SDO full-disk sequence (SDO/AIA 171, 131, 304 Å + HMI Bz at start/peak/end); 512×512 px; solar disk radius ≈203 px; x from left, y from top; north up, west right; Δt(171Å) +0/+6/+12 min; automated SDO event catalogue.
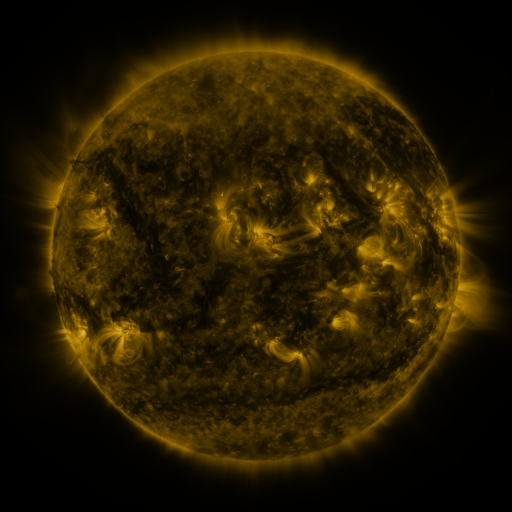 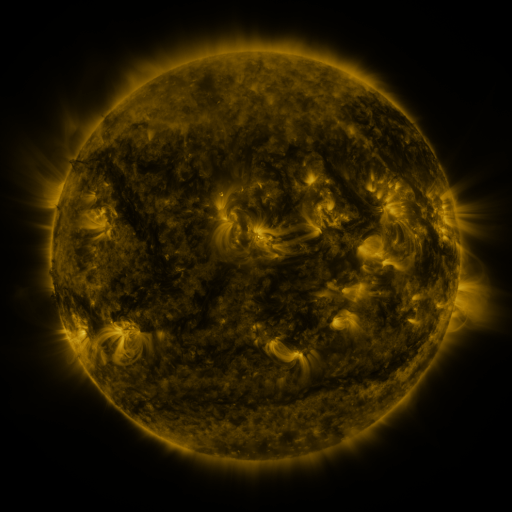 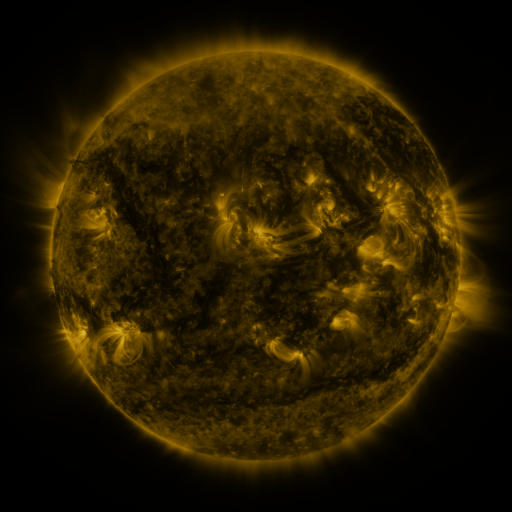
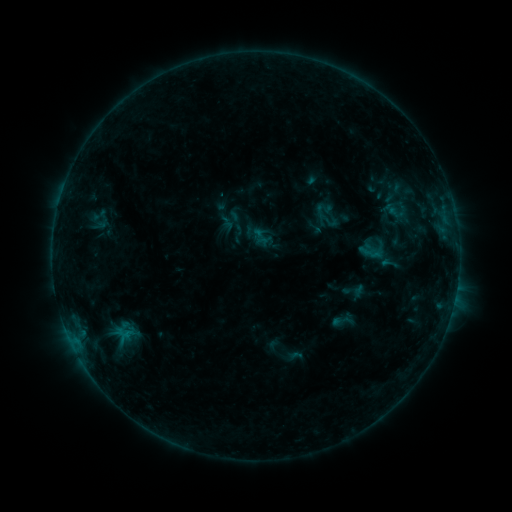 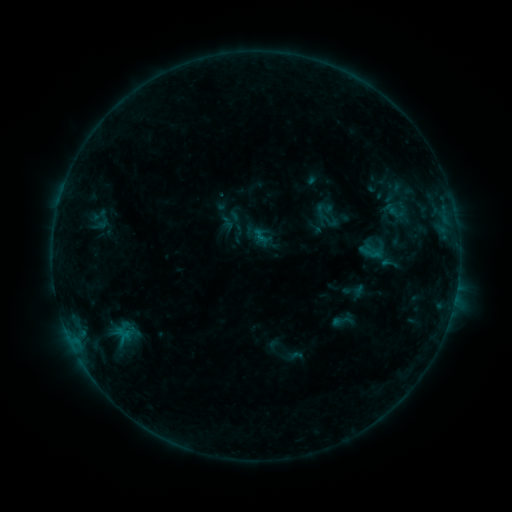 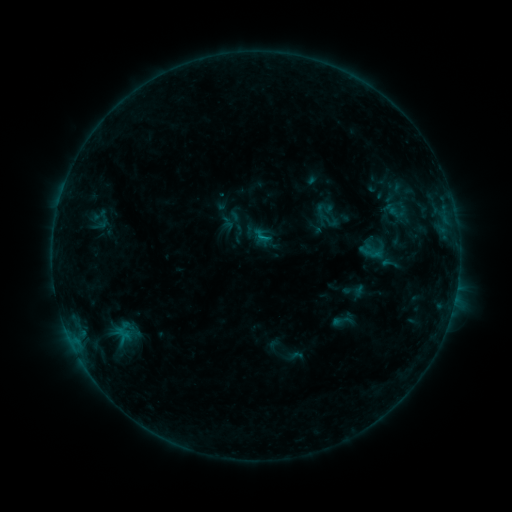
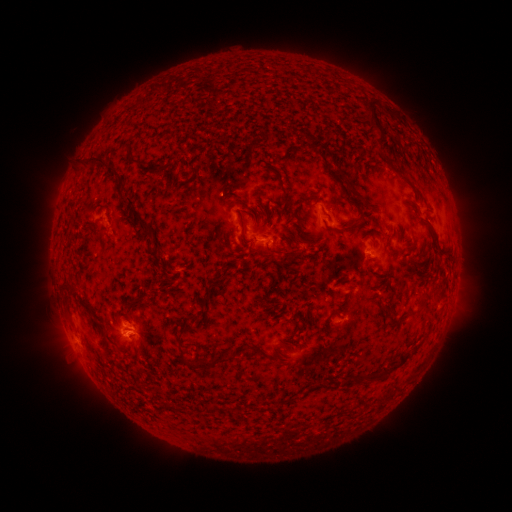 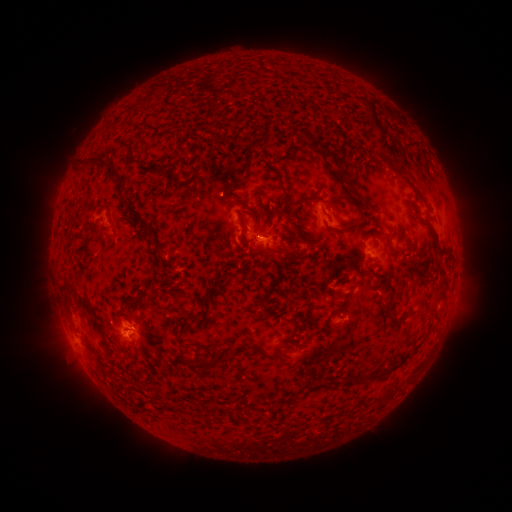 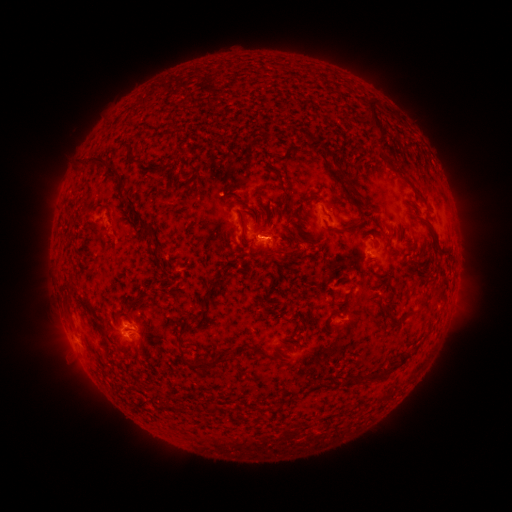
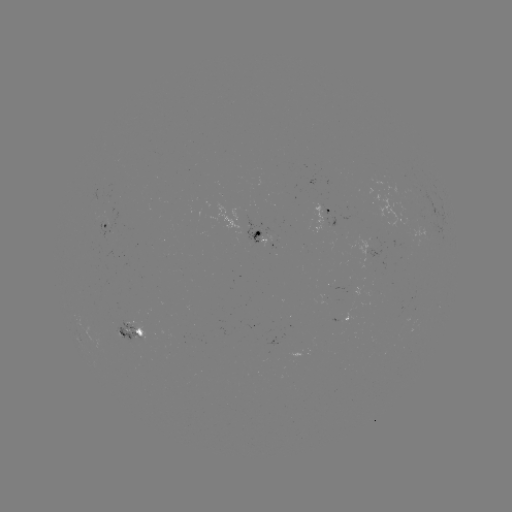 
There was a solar flare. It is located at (259, 238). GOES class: B5.7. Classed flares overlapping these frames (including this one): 1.